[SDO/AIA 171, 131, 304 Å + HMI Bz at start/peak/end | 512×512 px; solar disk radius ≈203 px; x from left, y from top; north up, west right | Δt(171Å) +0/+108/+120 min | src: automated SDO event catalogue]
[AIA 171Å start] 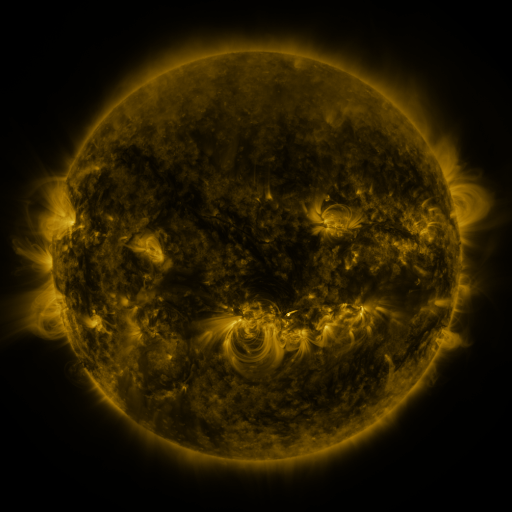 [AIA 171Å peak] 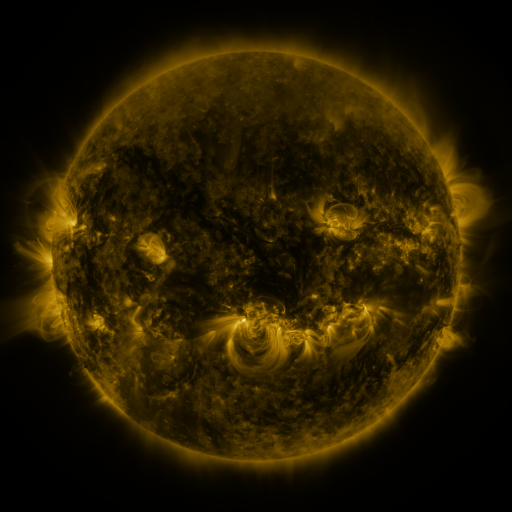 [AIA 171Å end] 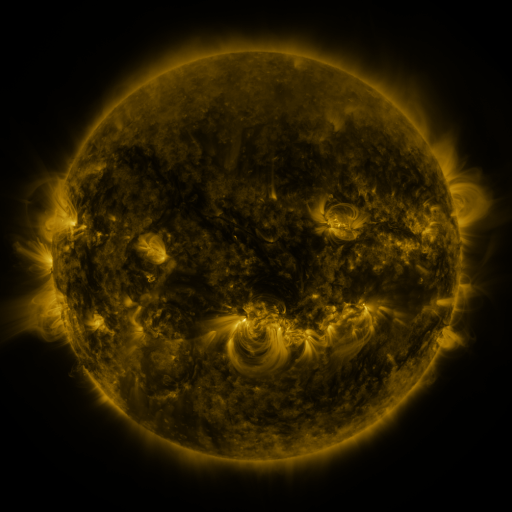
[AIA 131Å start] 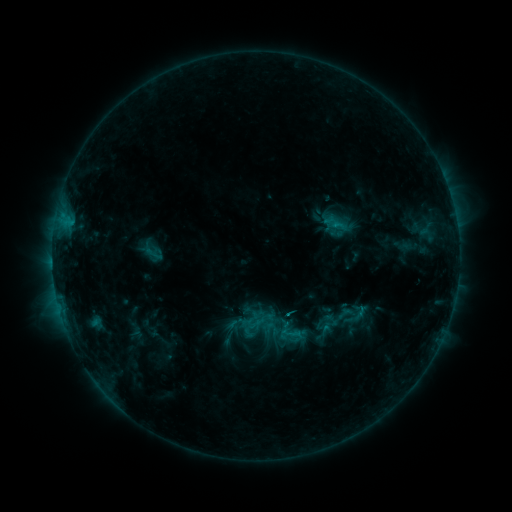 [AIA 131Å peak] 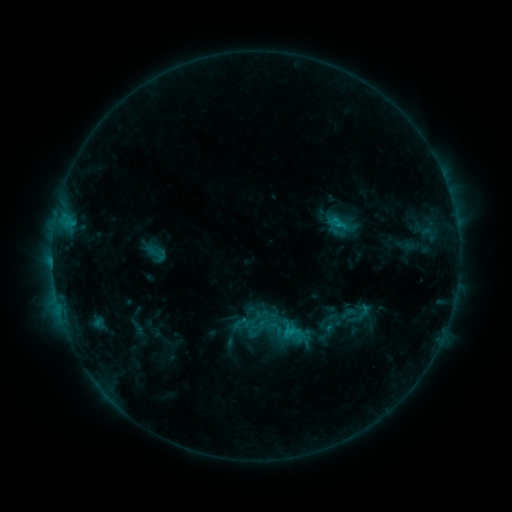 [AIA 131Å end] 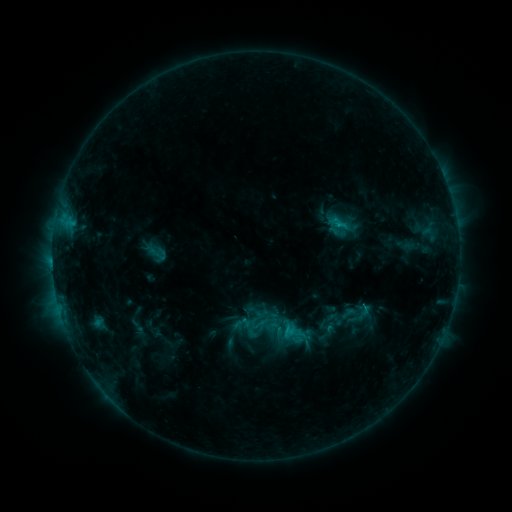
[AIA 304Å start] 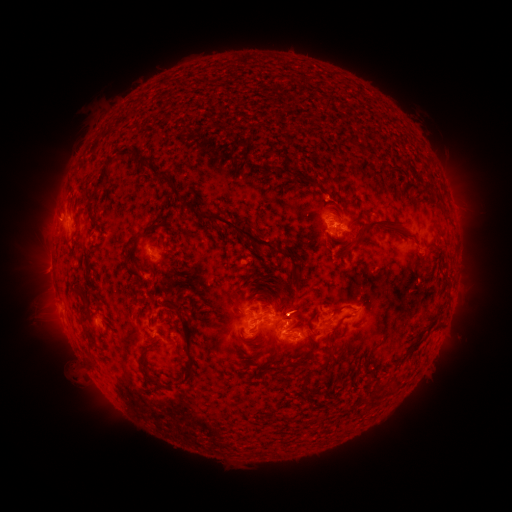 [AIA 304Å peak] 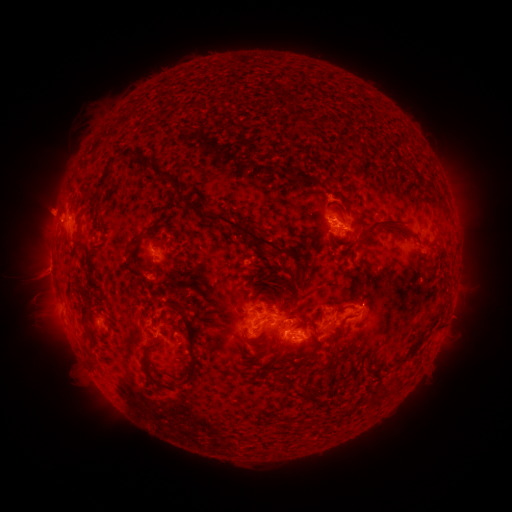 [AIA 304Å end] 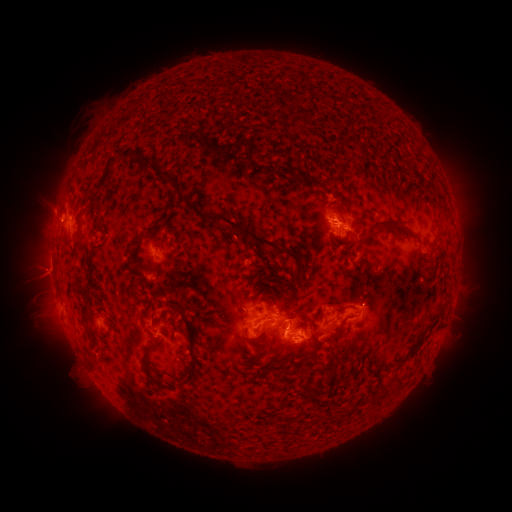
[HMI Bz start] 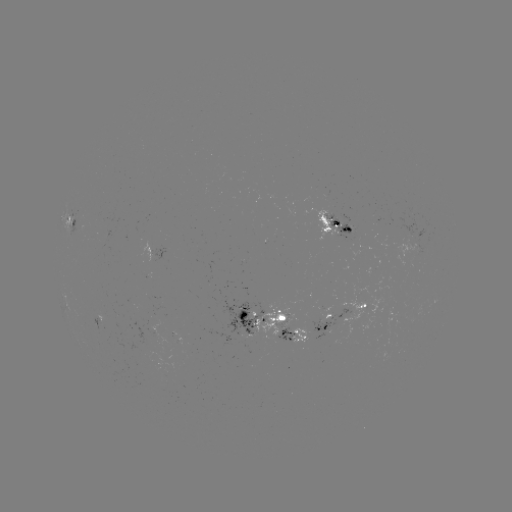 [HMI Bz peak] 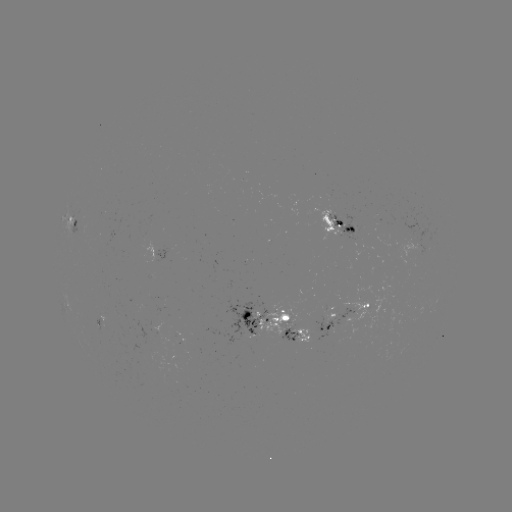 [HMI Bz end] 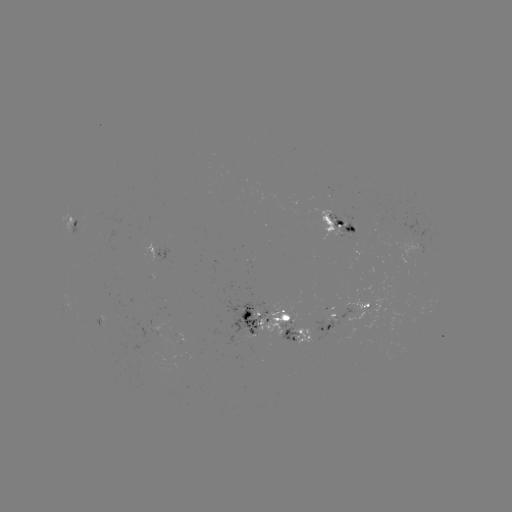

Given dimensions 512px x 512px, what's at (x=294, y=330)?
emerging-flux region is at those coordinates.